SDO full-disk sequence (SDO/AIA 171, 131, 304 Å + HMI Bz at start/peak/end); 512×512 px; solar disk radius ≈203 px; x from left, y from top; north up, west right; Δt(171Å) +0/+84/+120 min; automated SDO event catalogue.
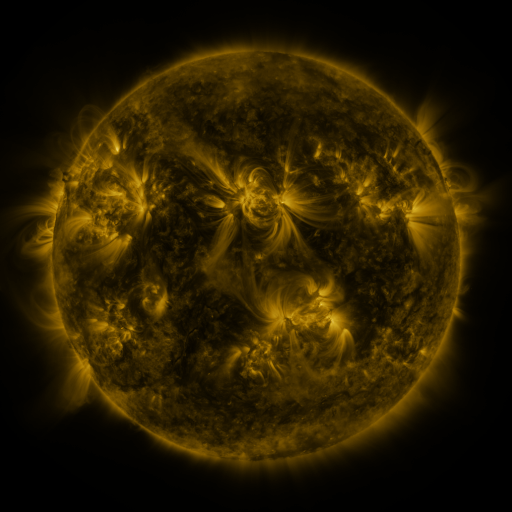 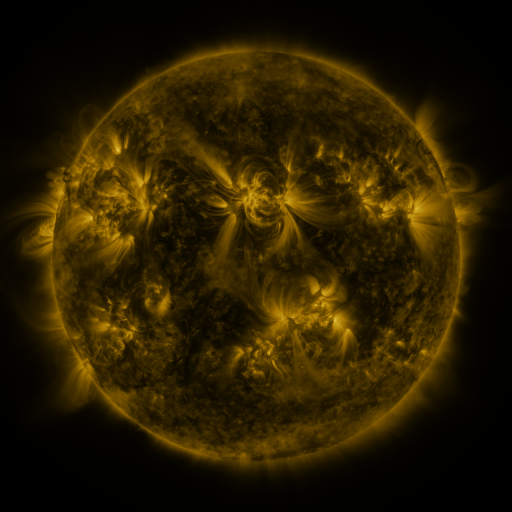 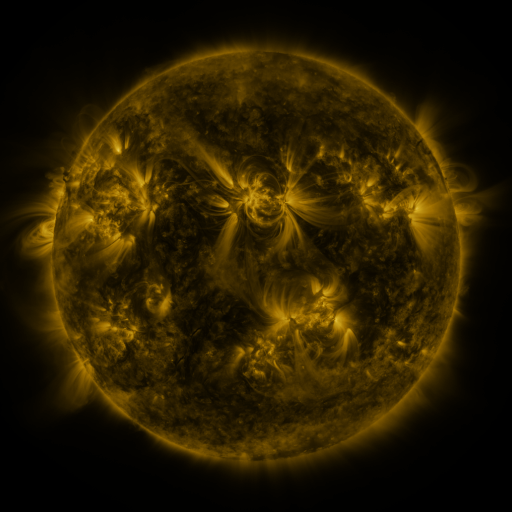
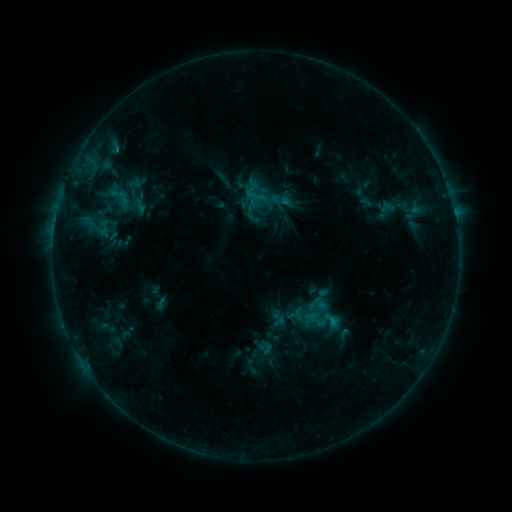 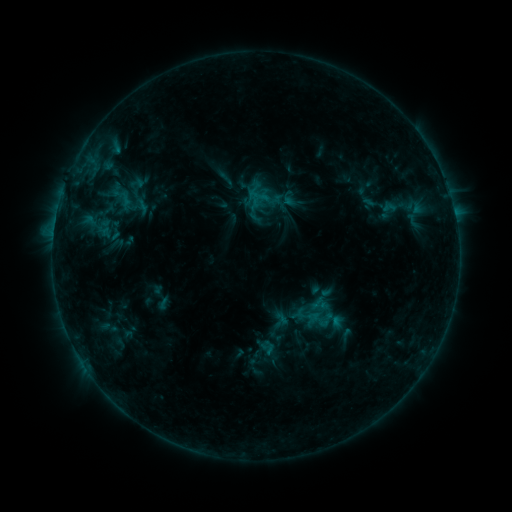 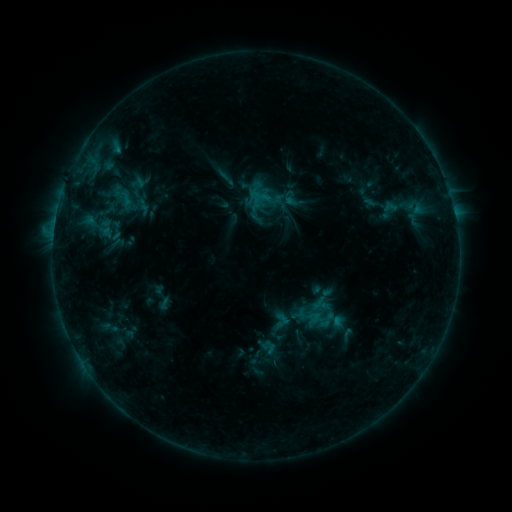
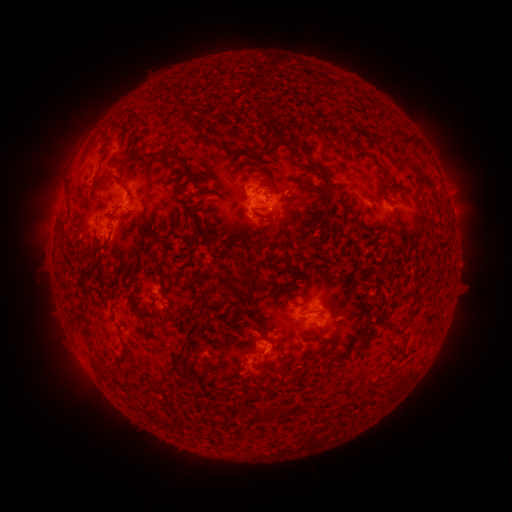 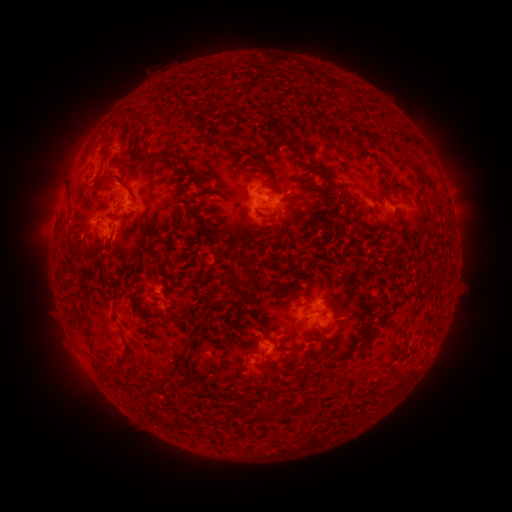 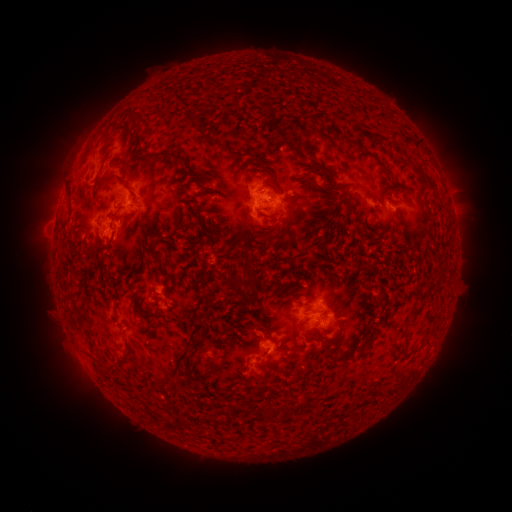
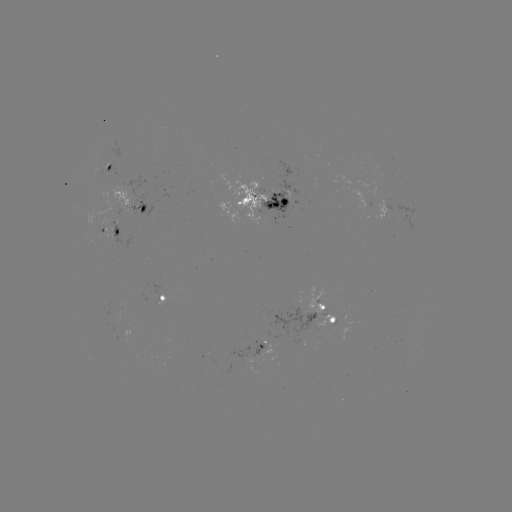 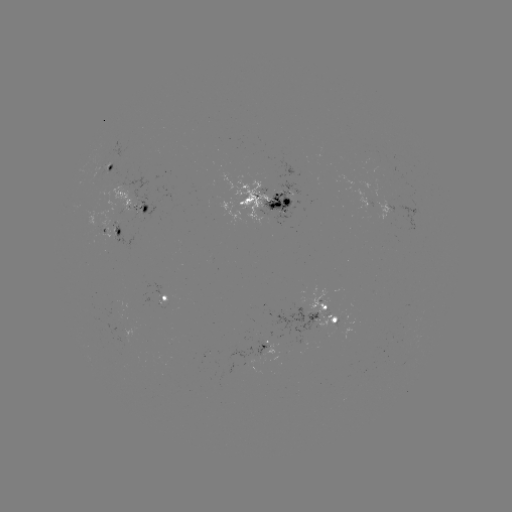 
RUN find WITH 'emerging-flux region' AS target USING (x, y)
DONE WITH (375, 194) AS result